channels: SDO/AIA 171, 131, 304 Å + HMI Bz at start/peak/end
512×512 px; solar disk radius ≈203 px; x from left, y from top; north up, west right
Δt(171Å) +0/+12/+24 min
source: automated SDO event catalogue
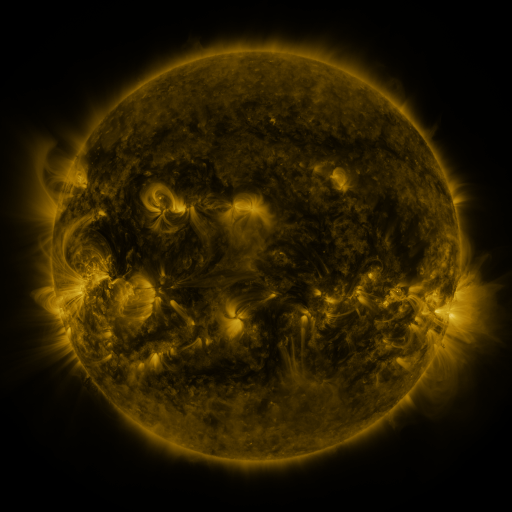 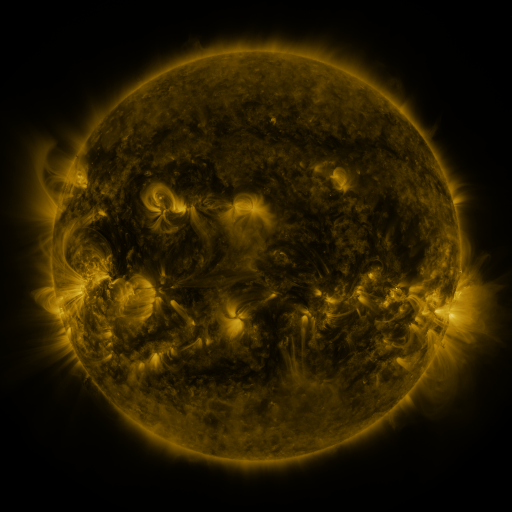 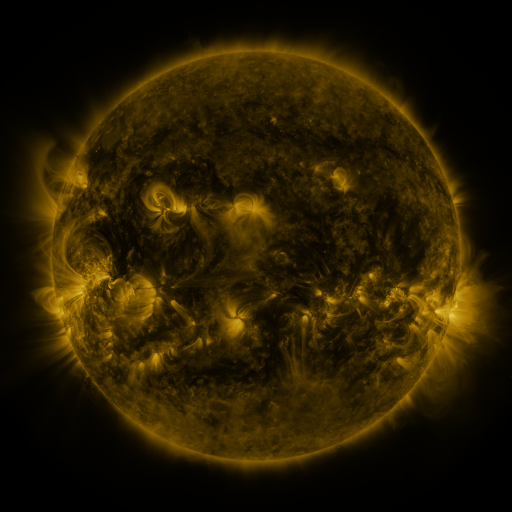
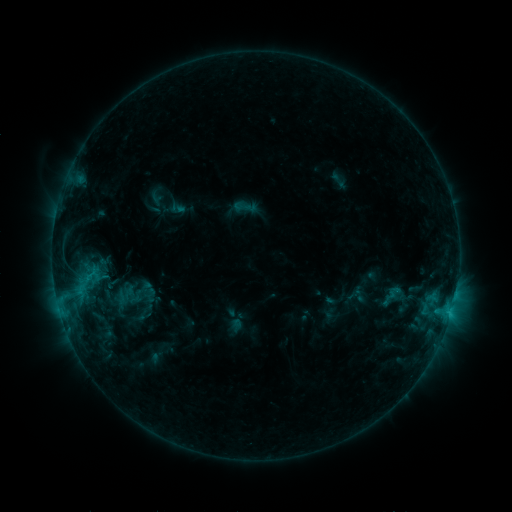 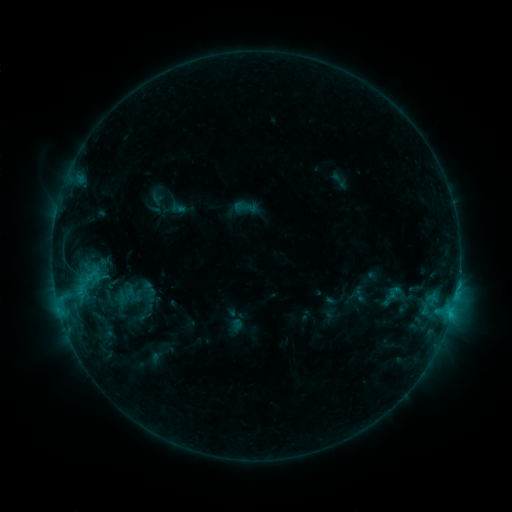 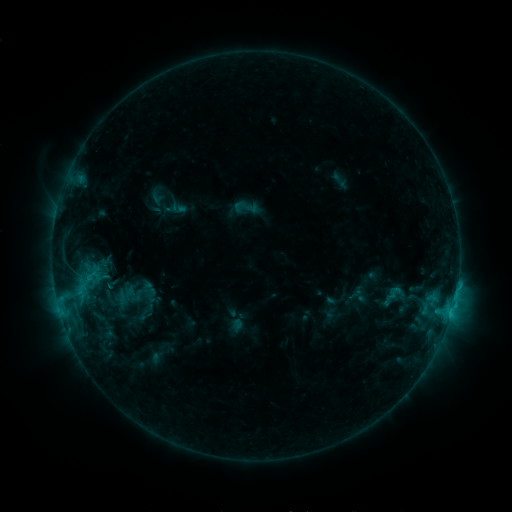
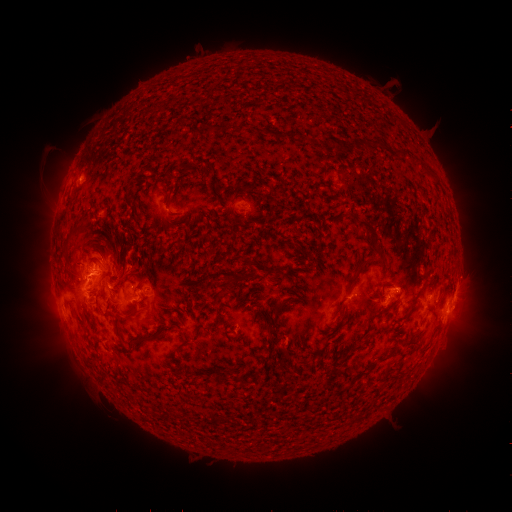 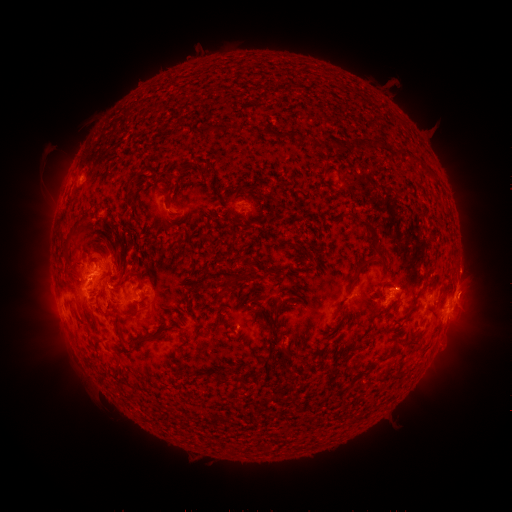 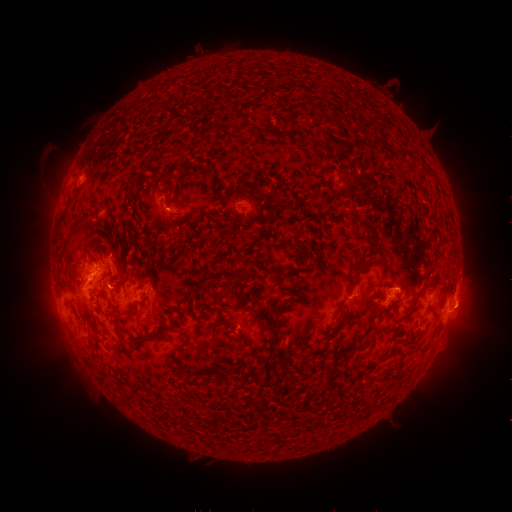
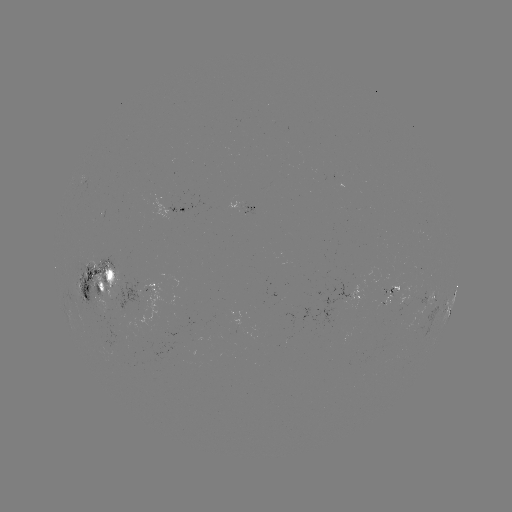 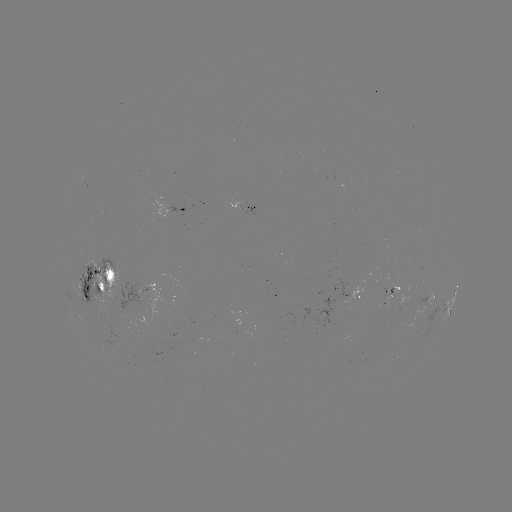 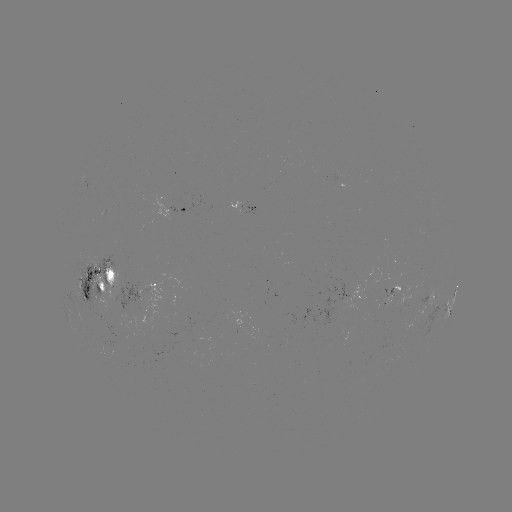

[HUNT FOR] eruption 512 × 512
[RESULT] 470,285